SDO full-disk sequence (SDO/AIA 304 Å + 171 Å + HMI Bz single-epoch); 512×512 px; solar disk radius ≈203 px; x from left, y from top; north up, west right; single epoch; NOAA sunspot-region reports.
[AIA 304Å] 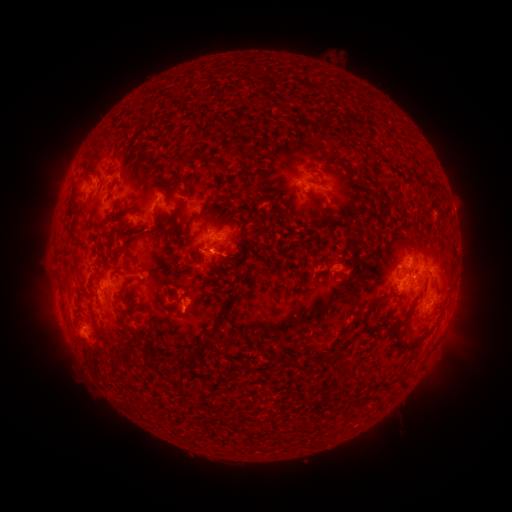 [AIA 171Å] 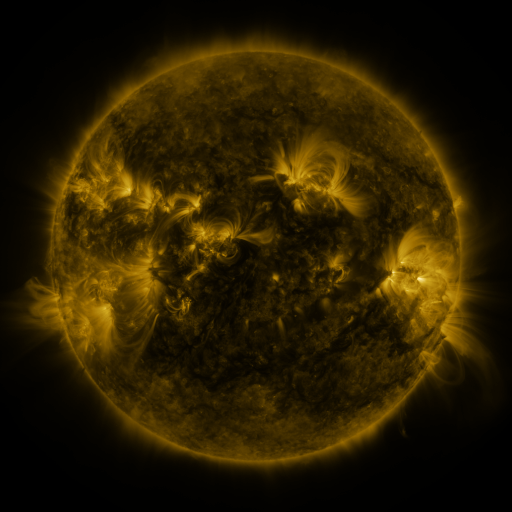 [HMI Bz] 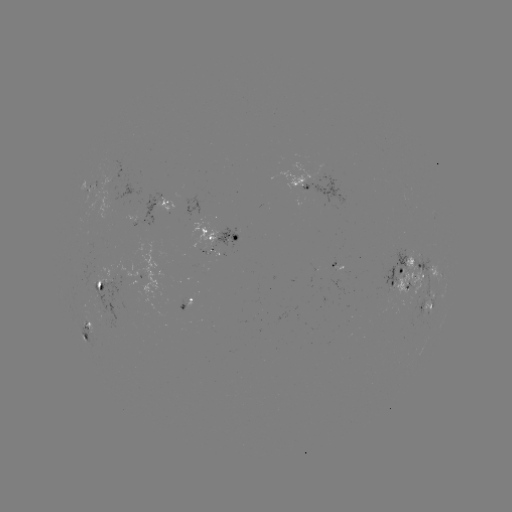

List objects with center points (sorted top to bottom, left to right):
spotted active region: (91, 186)
spotted active region: (317, 186)
spotted active region: (167, 201)
spotted active region: (224, 234)
spotted active region: (432, 268)
spotted active region: (410, 271)
spotted active region: (103, 282)
spotted active region: (190, 299)
spotted active region: (426, 307)
spotted active region: (88, 331)
